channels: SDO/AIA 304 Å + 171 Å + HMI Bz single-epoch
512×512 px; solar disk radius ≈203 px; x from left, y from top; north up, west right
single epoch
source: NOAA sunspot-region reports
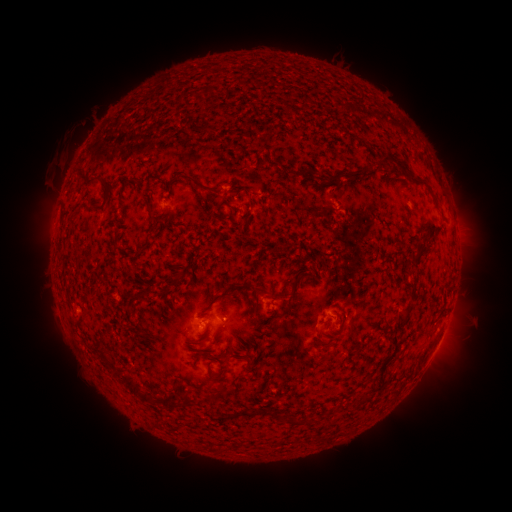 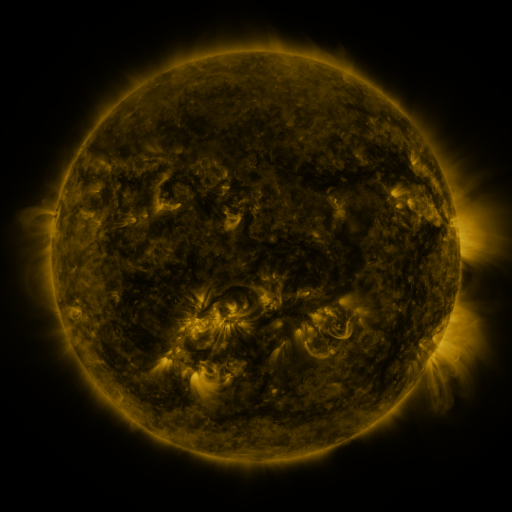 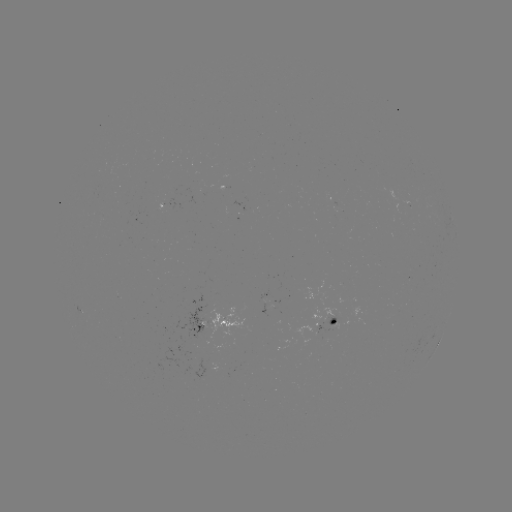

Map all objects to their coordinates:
spotted active region: (166, 211)
spotted active region: (270, 293)
spotted active region: (332, 320)
spotted active region: (218, 324)
spotted active region: (438, 342)
